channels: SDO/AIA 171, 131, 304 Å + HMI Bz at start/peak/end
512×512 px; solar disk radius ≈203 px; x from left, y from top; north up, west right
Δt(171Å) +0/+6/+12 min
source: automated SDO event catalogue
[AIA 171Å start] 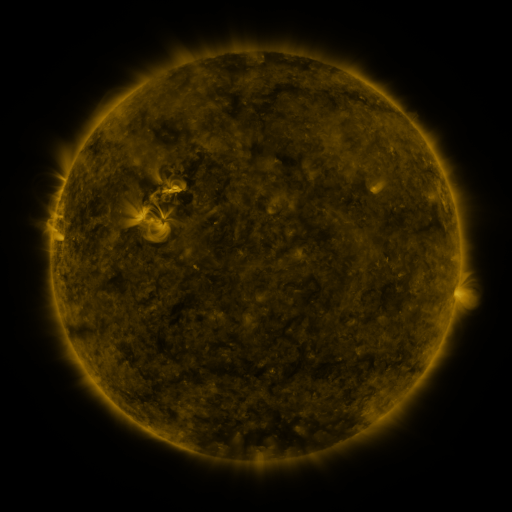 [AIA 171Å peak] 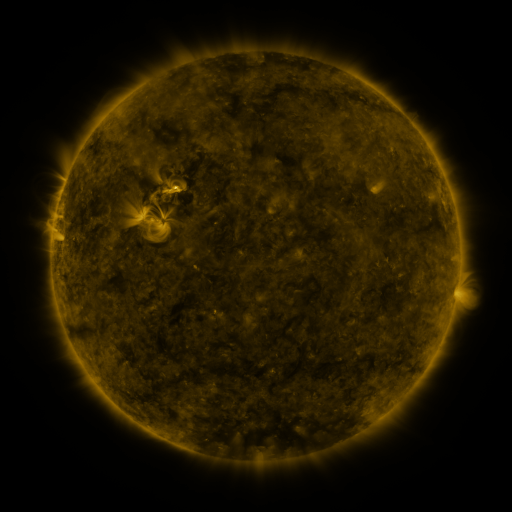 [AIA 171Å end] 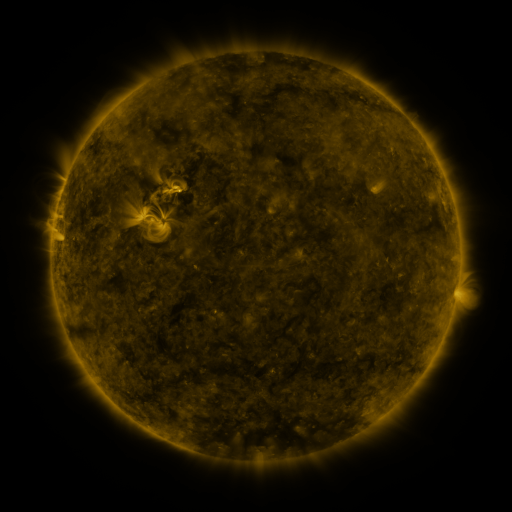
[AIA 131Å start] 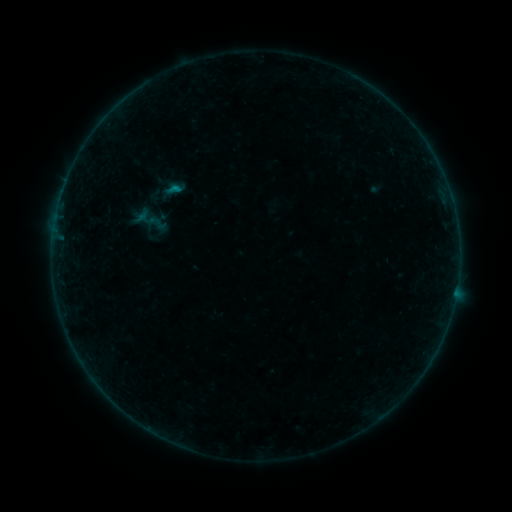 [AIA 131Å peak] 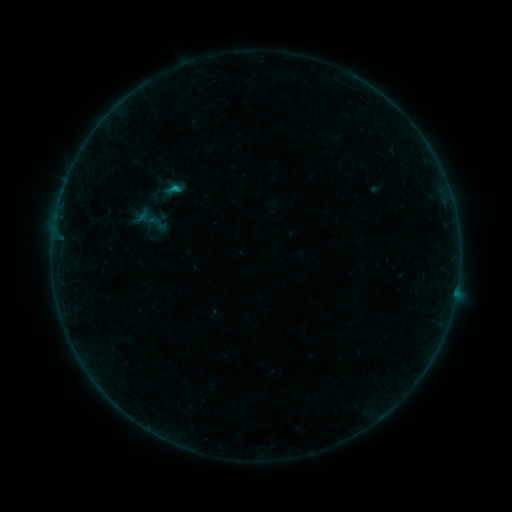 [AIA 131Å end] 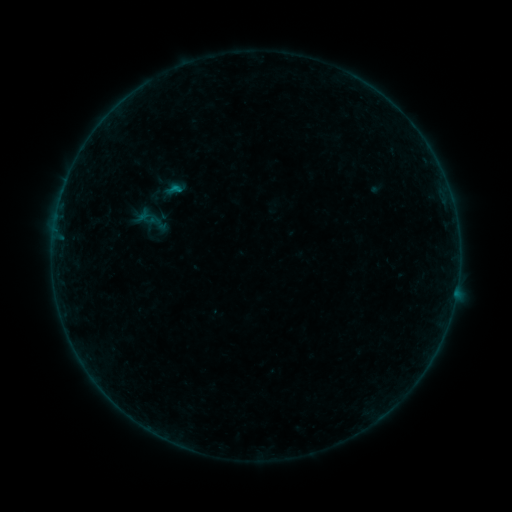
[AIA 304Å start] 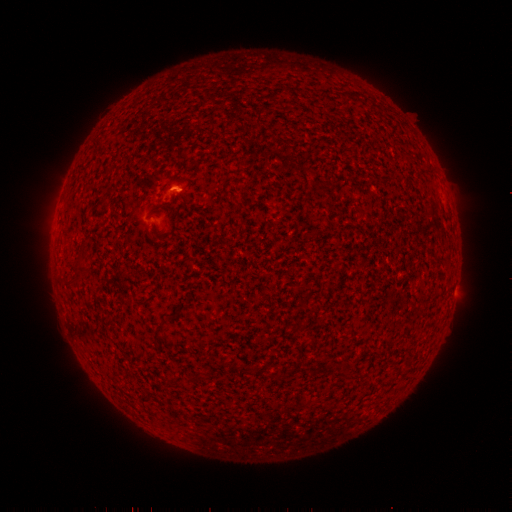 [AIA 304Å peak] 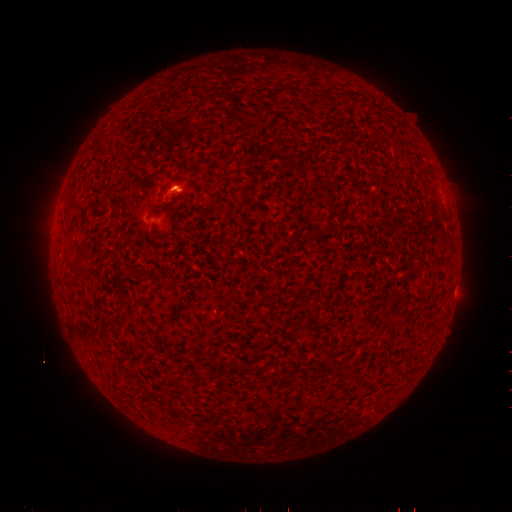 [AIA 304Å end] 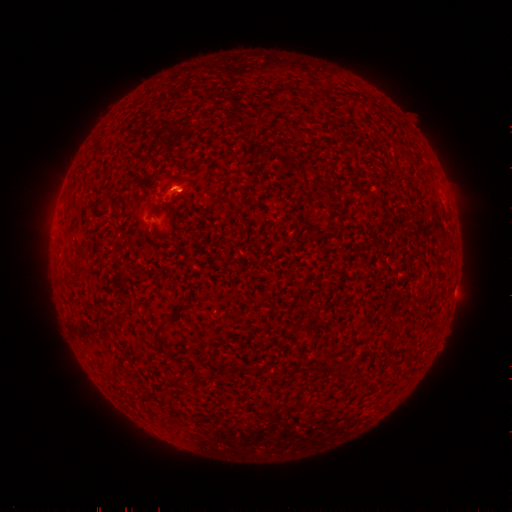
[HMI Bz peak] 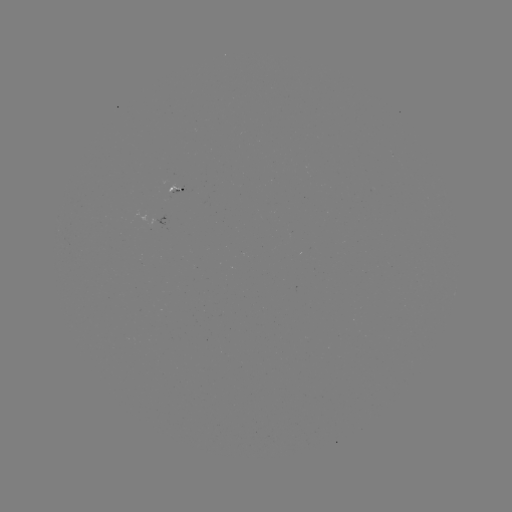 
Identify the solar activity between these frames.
B3.3 flare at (178, 189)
